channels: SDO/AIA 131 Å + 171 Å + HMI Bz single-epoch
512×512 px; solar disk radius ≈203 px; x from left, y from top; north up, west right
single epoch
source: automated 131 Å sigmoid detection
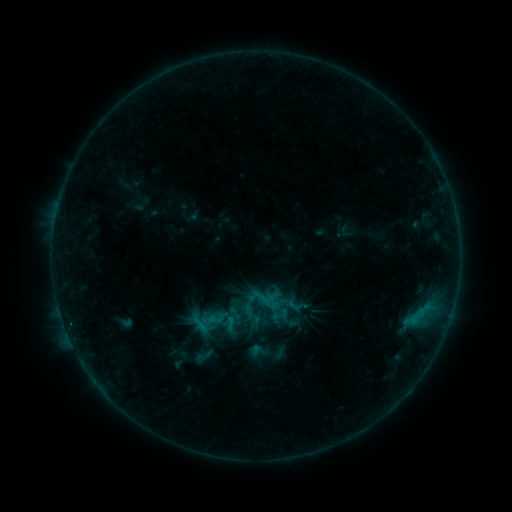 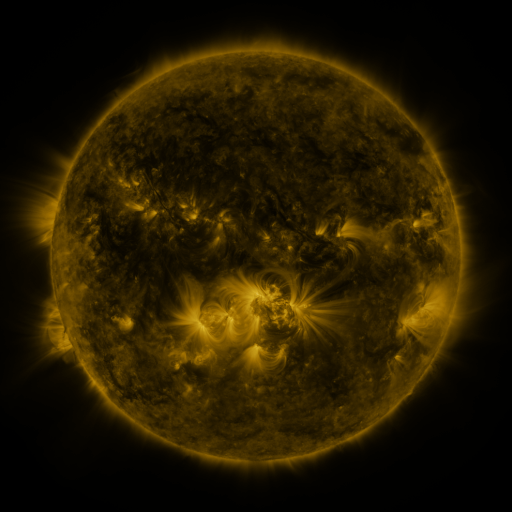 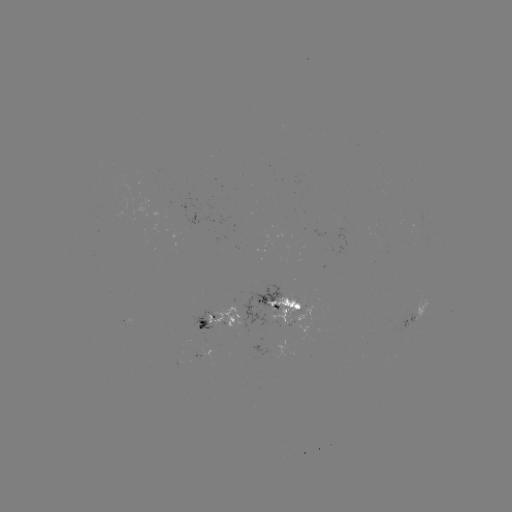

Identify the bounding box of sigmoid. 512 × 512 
[191, 345, 216, 366].